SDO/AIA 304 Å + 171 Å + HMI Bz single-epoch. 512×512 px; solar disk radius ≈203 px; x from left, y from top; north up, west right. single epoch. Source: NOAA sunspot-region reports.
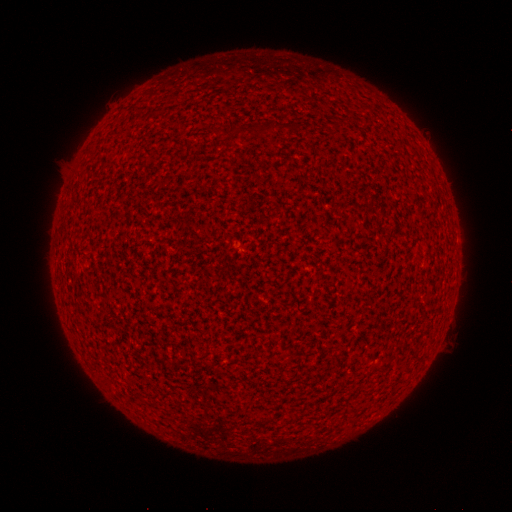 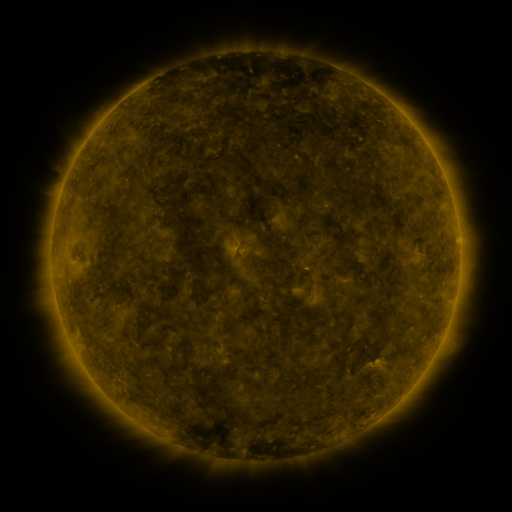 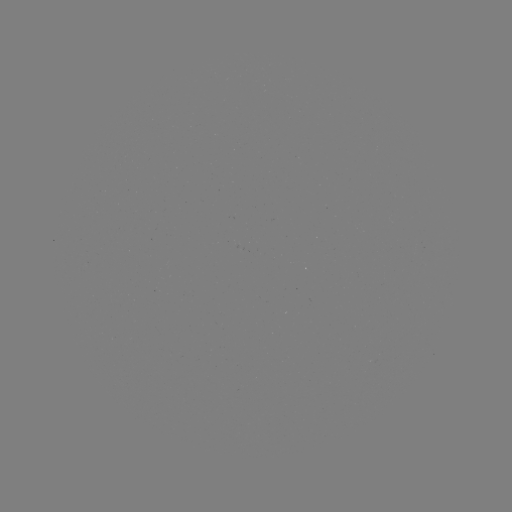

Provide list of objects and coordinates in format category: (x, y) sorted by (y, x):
(none)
